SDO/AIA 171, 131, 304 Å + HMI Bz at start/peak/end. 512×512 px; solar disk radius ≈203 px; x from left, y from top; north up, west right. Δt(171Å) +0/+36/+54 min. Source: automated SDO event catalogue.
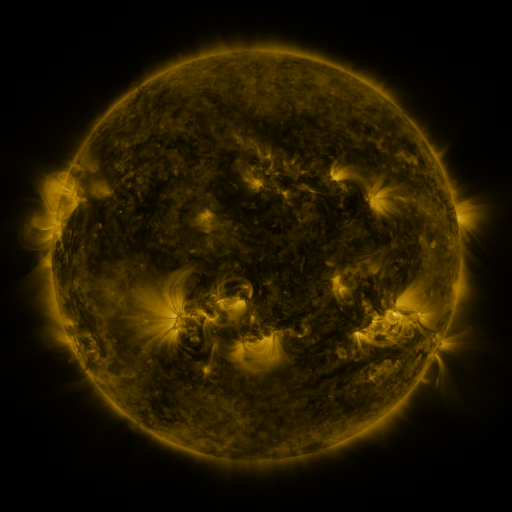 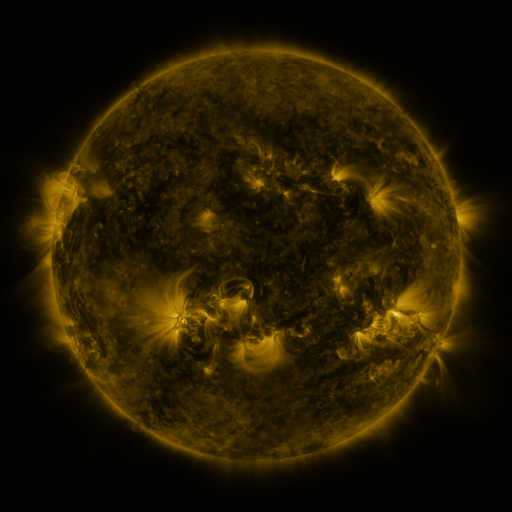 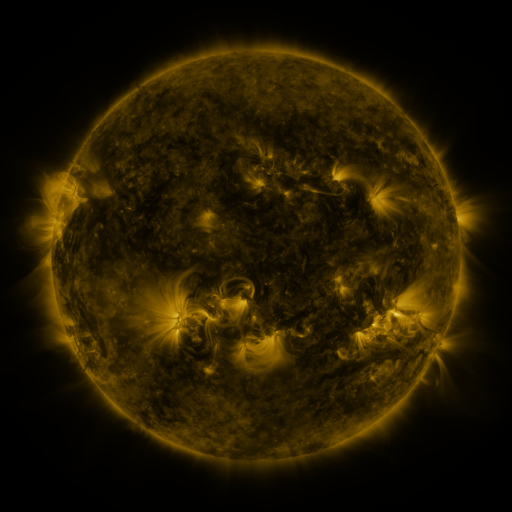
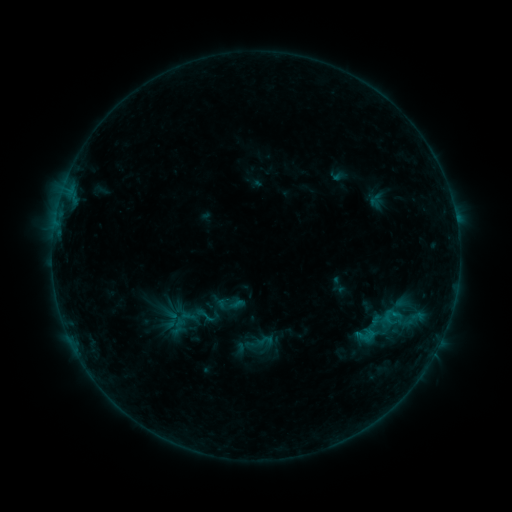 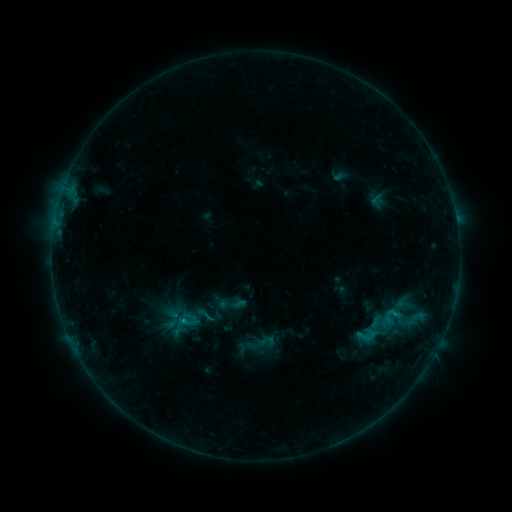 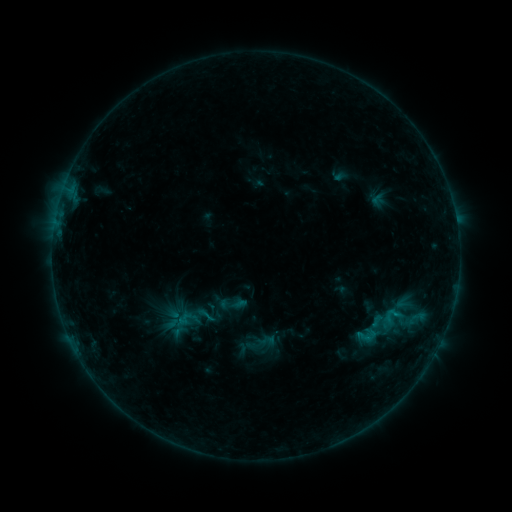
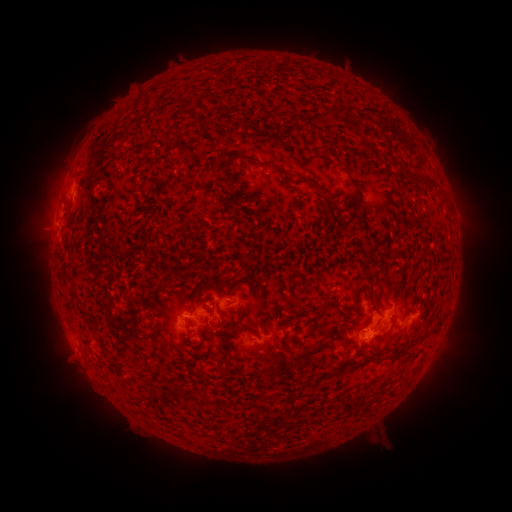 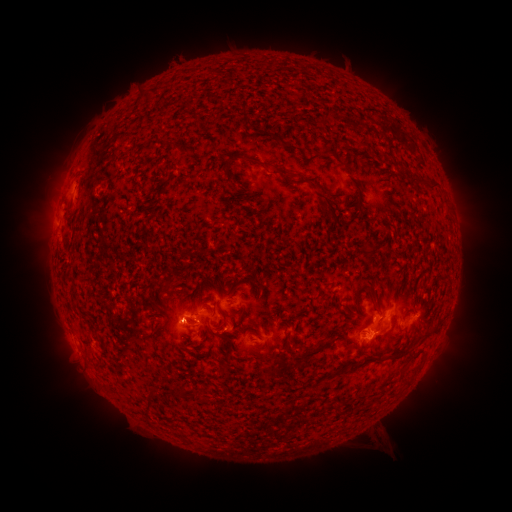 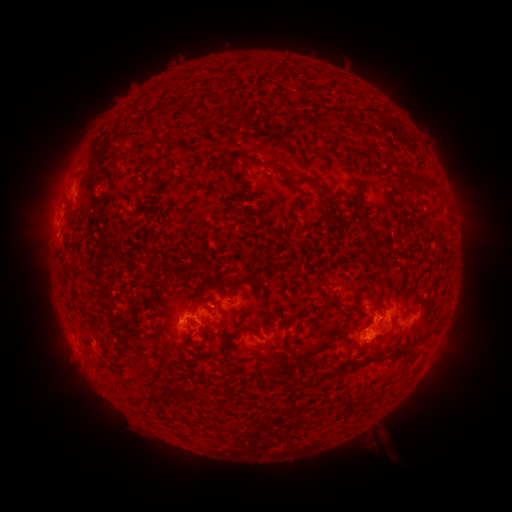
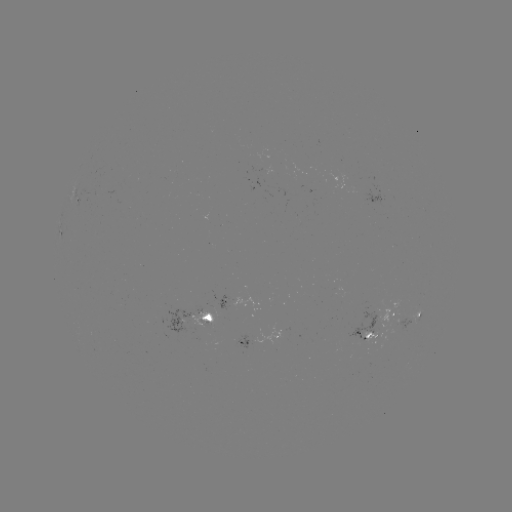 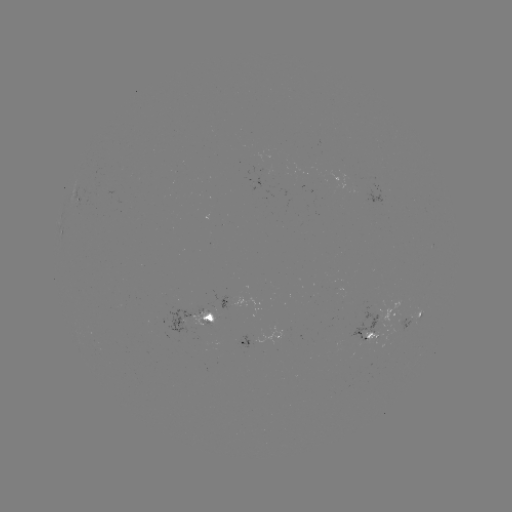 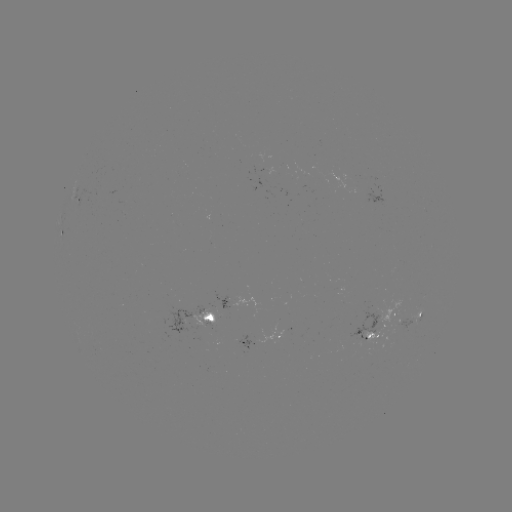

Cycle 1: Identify B7.6 flare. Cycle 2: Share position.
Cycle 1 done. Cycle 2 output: [185, 320].